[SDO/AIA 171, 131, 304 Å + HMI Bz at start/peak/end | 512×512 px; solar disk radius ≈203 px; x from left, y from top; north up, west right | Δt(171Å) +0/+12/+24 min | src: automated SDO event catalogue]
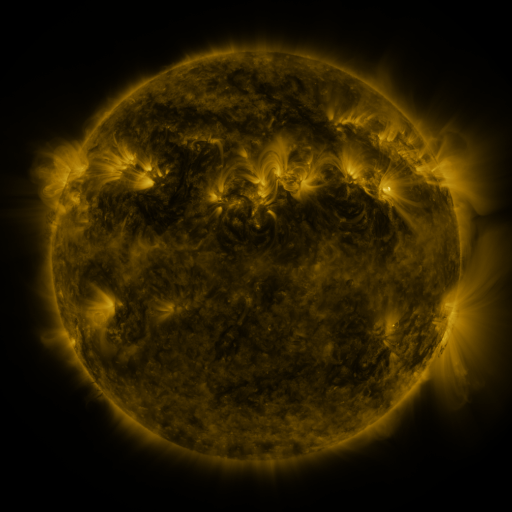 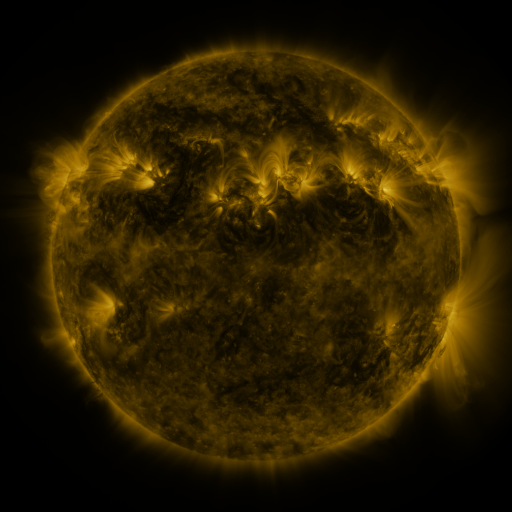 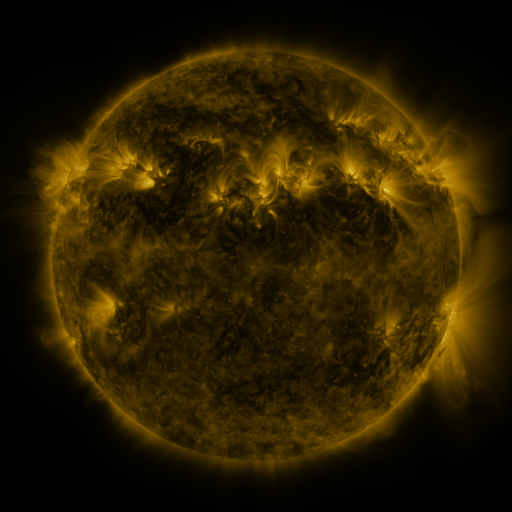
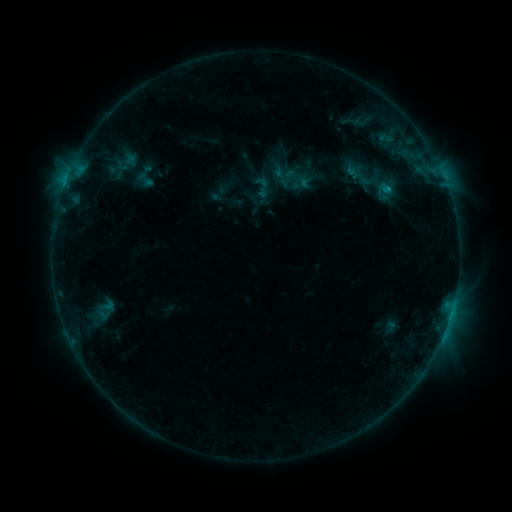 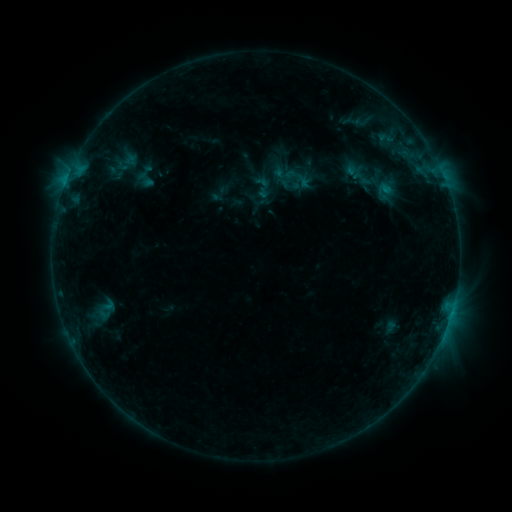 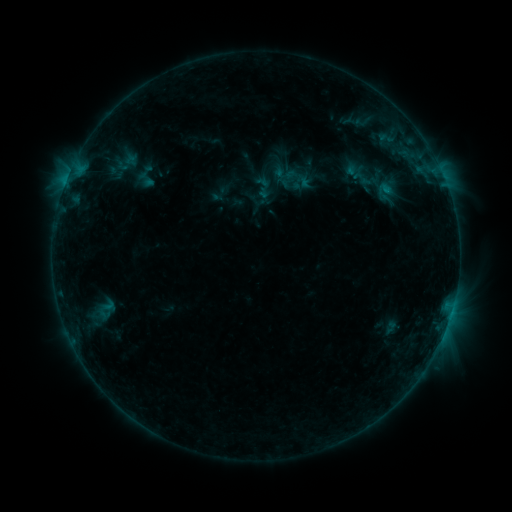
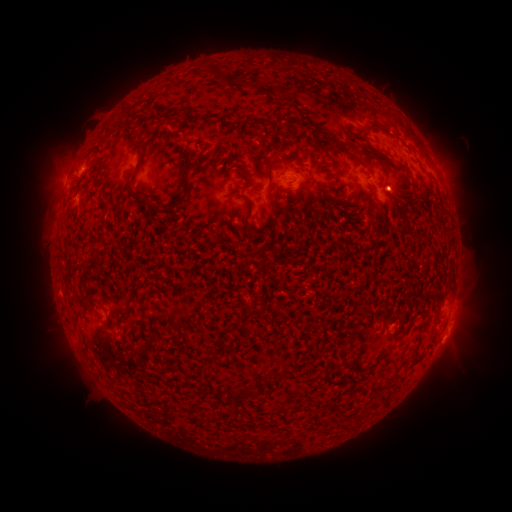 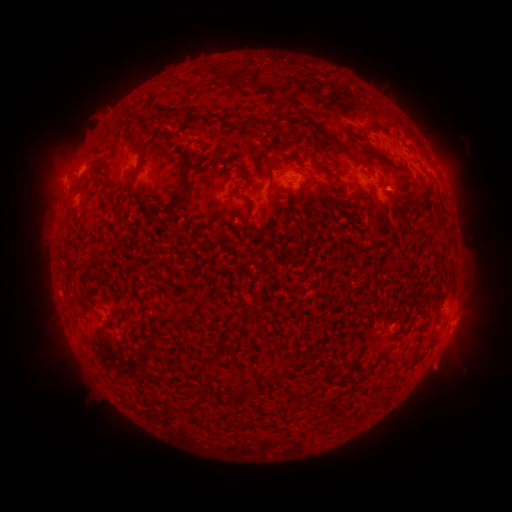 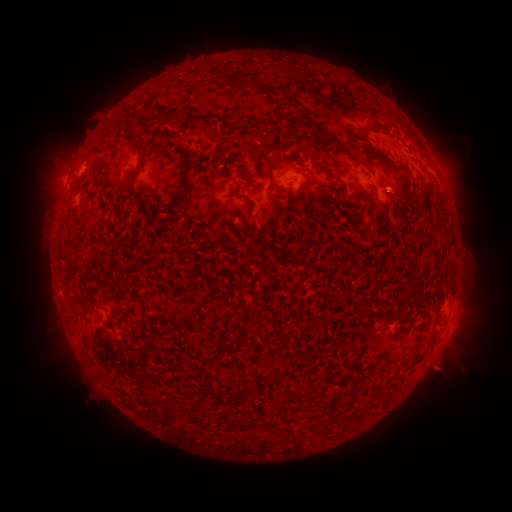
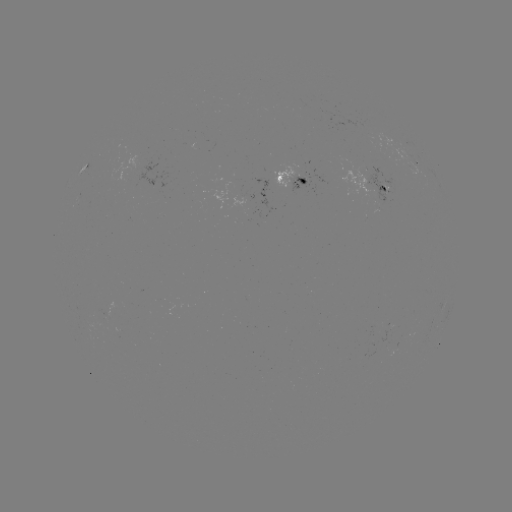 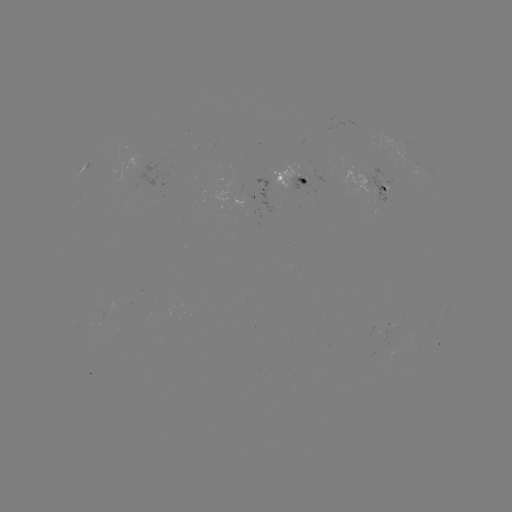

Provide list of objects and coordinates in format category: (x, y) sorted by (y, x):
eruption: (450, 355)
